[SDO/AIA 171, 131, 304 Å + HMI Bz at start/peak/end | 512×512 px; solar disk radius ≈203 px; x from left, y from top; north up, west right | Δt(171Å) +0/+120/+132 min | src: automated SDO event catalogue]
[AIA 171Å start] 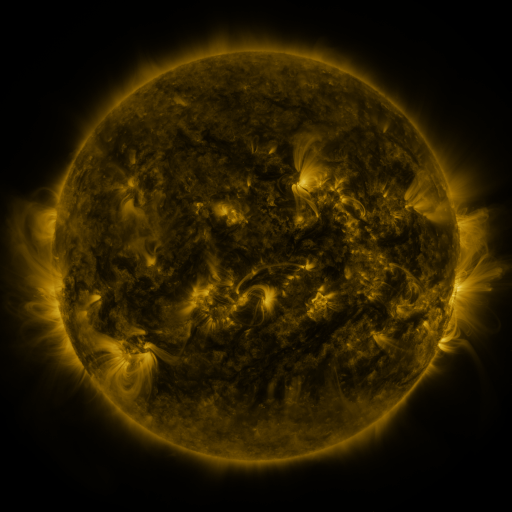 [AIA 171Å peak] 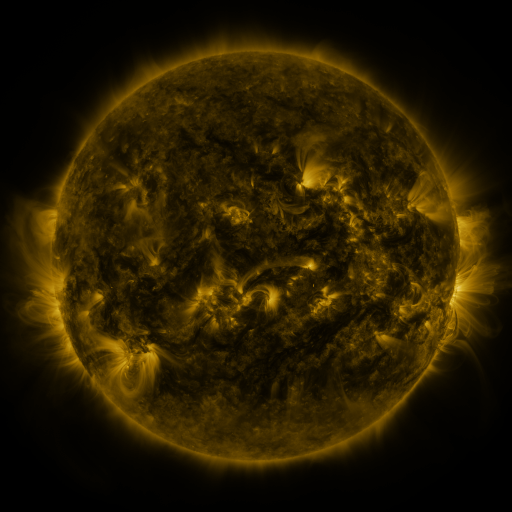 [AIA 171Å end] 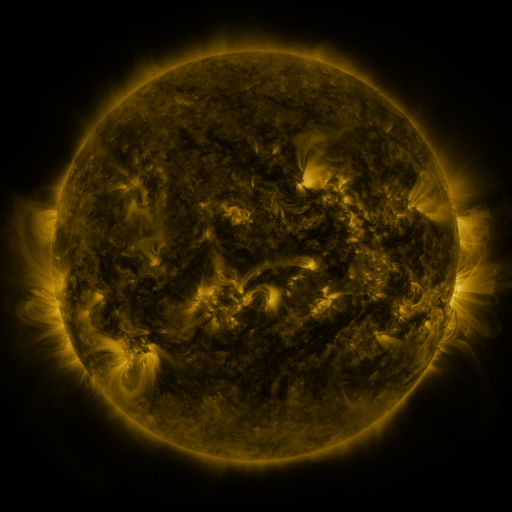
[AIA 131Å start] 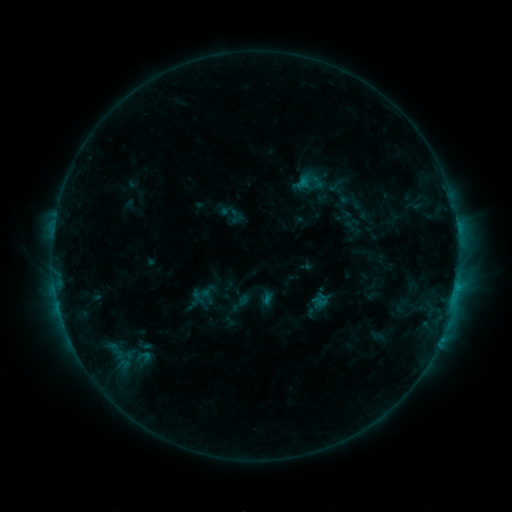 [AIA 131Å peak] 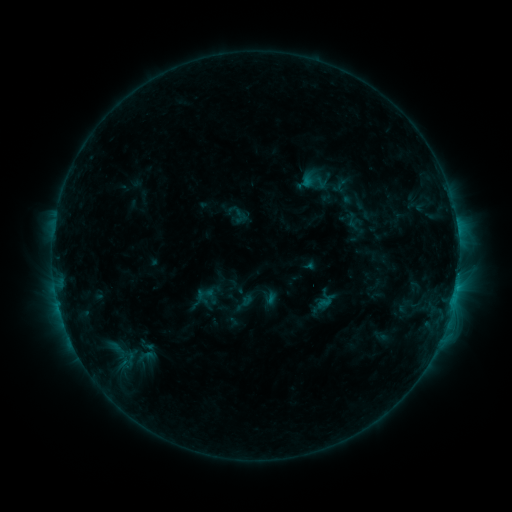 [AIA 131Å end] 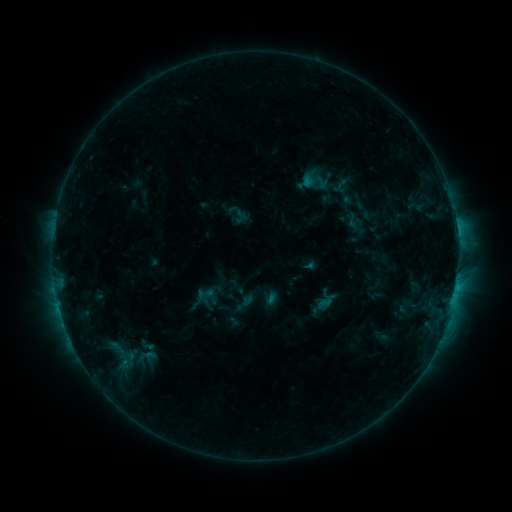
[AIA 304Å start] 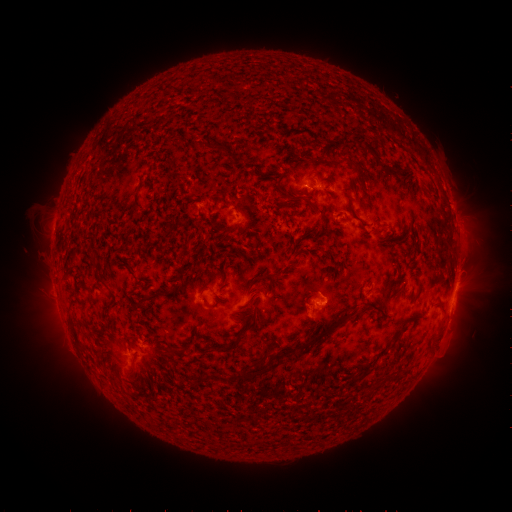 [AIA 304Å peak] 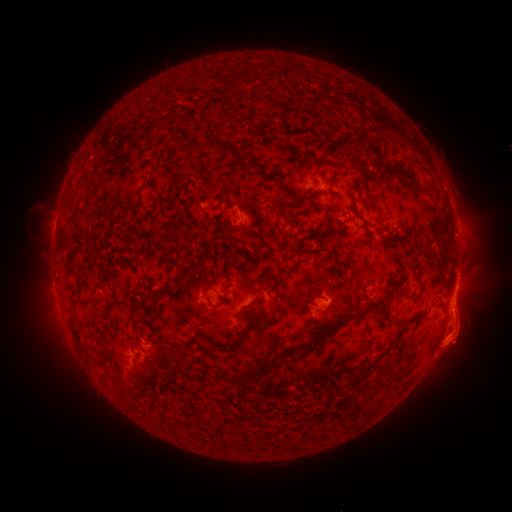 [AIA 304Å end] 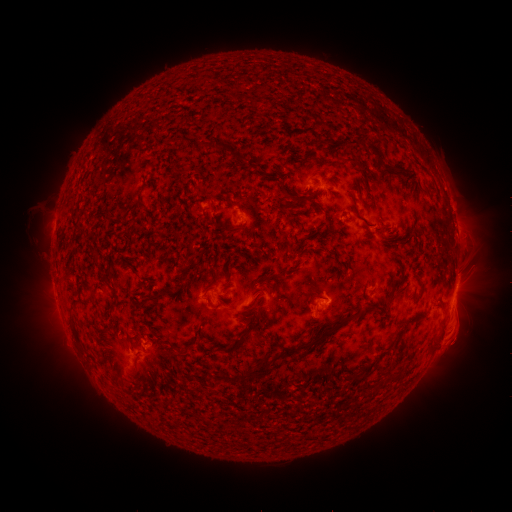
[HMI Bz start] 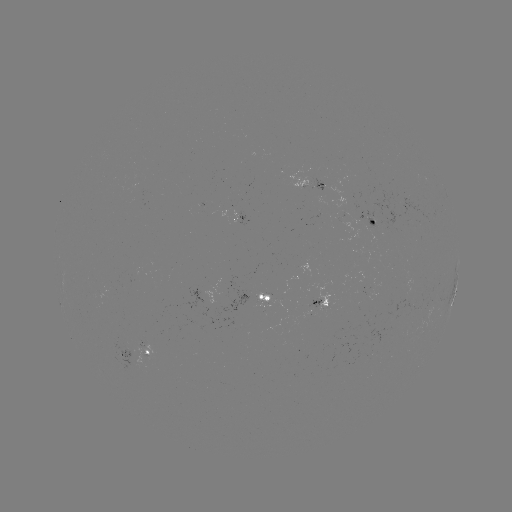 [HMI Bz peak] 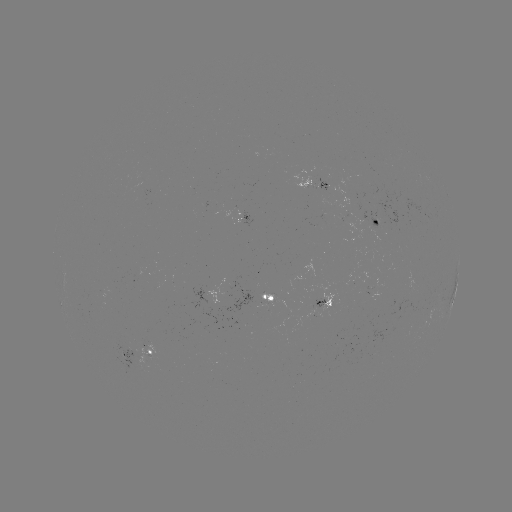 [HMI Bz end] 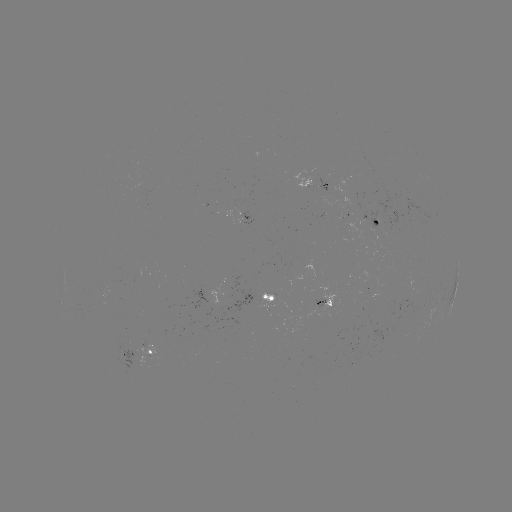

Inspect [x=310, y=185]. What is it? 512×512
emerging-flux region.